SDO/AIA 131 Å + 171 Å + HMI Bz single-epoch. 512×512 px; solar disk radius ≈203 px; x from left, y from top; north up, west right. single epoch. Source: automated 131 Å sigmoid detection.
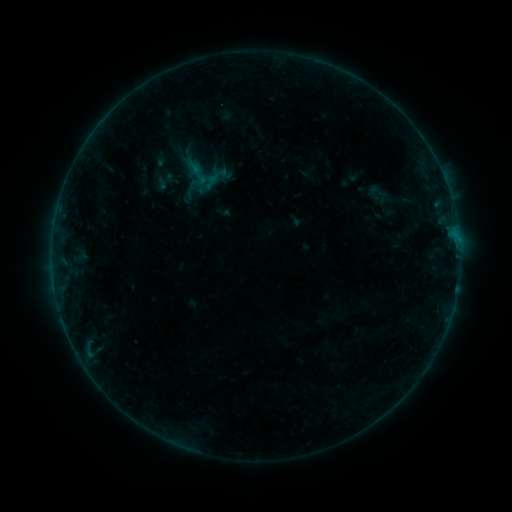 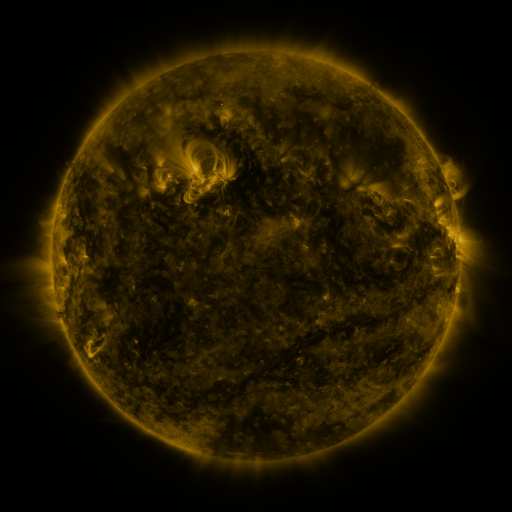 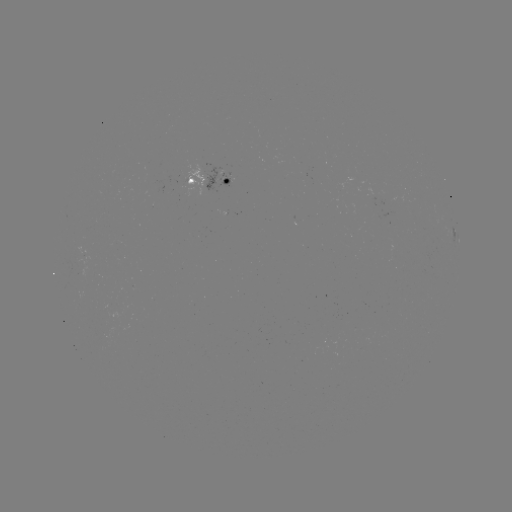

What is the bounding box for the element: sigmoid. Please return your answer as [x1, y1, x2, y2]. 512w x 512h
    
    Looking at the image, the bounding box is [365, 180, 390, 204].